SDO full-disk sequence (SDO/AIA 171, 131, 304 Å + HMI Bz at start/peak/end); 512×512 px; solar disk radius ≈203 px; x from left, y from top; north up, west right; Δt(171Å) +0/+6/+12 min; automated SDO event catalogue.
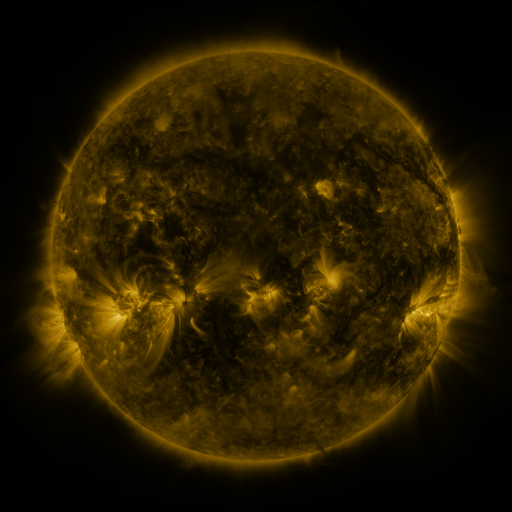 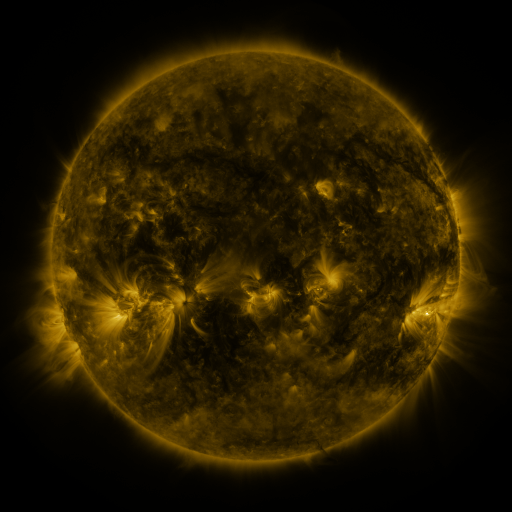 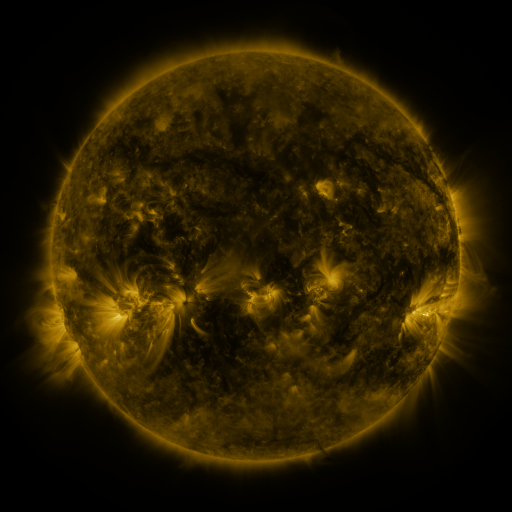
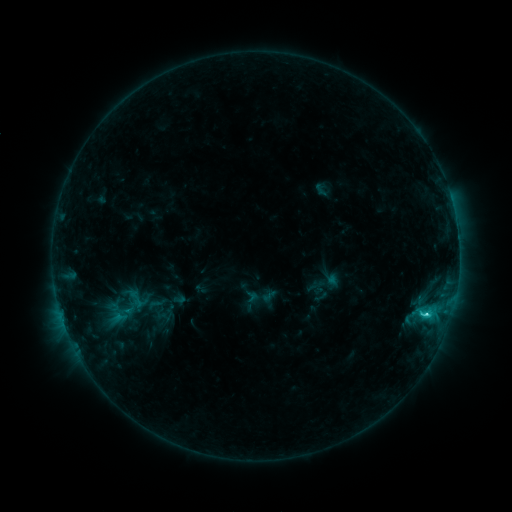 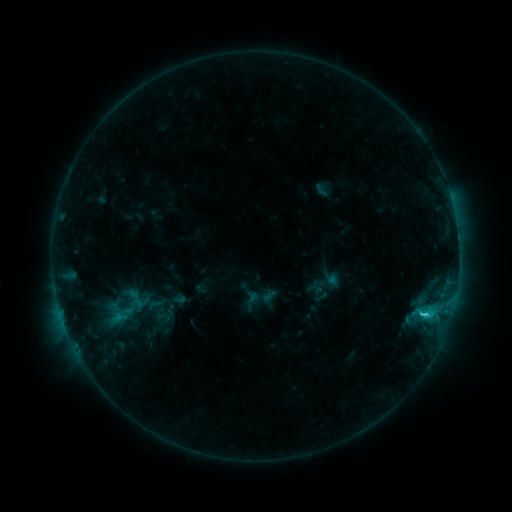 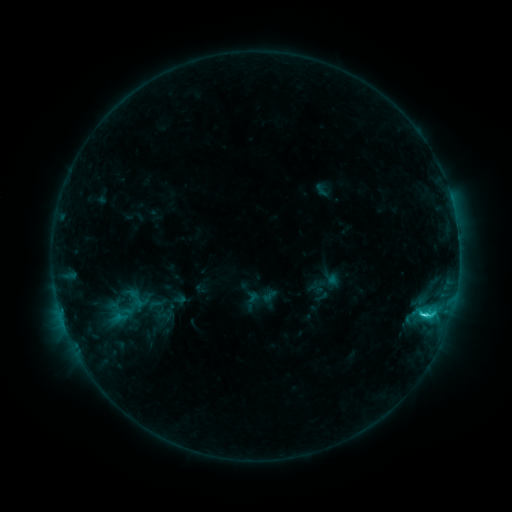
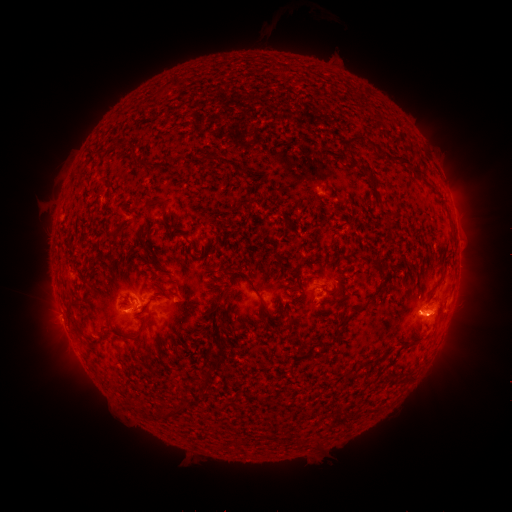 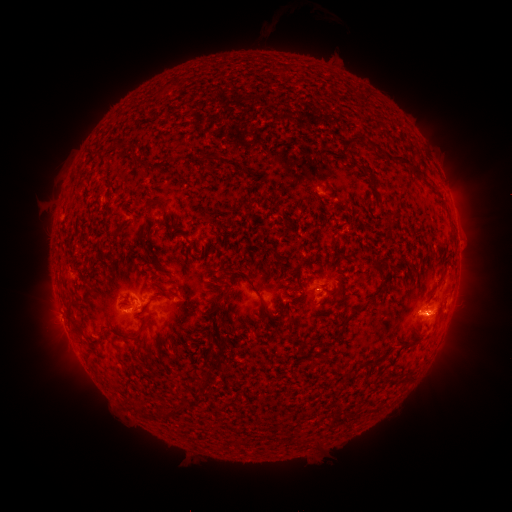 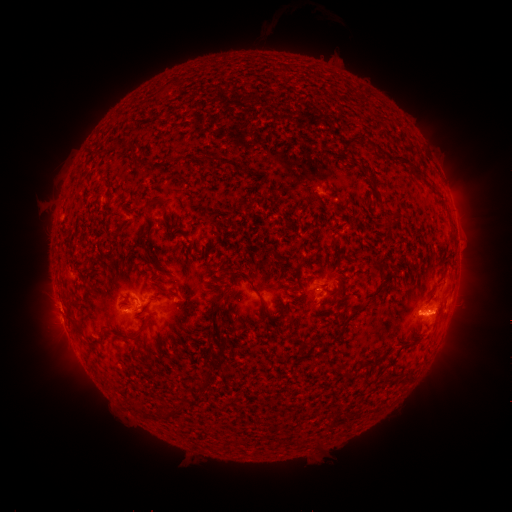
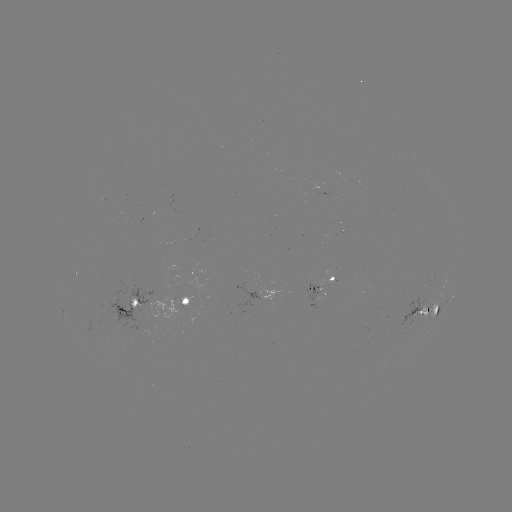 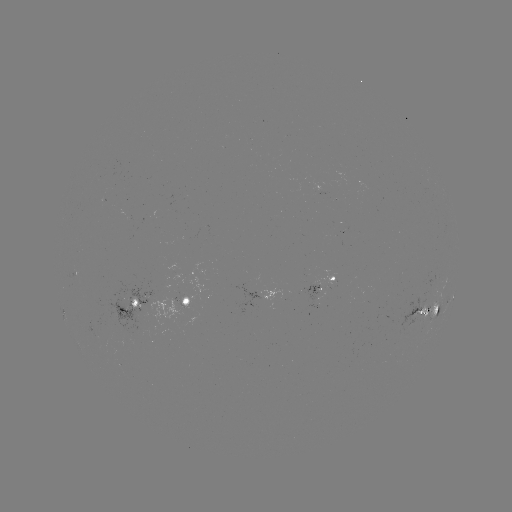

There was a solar flare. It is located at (67, 320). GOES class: C2.7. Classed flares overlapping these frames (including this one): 1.